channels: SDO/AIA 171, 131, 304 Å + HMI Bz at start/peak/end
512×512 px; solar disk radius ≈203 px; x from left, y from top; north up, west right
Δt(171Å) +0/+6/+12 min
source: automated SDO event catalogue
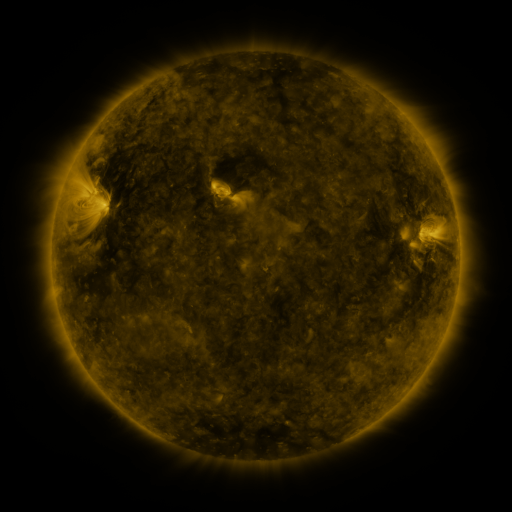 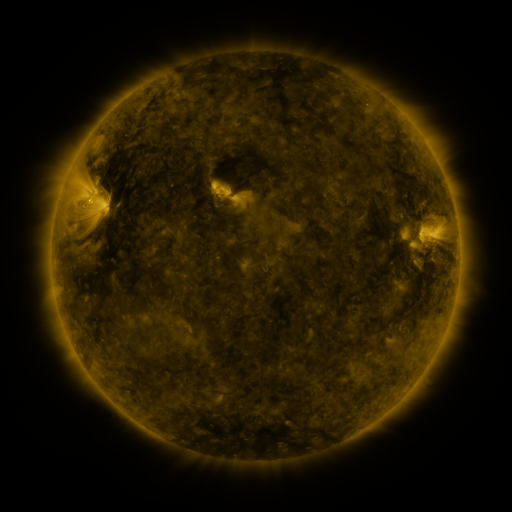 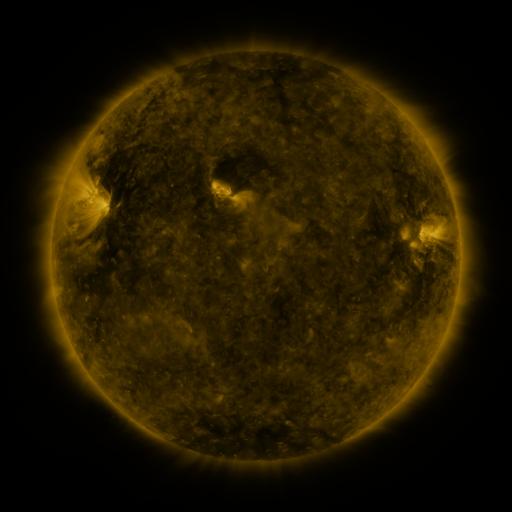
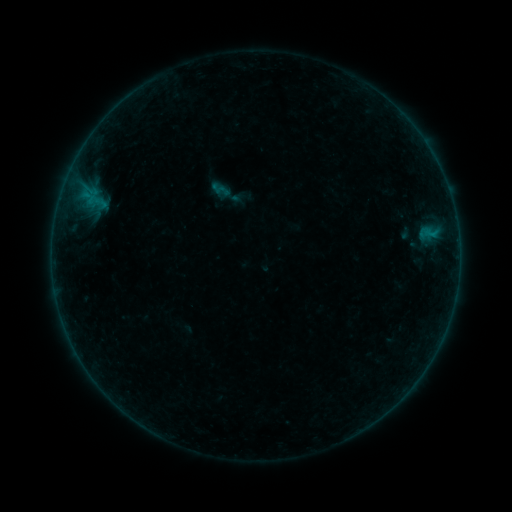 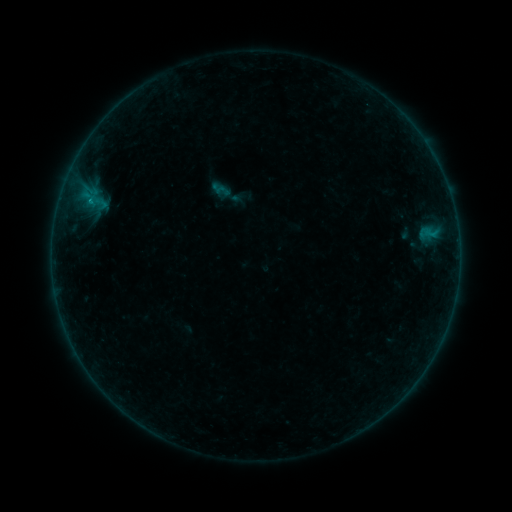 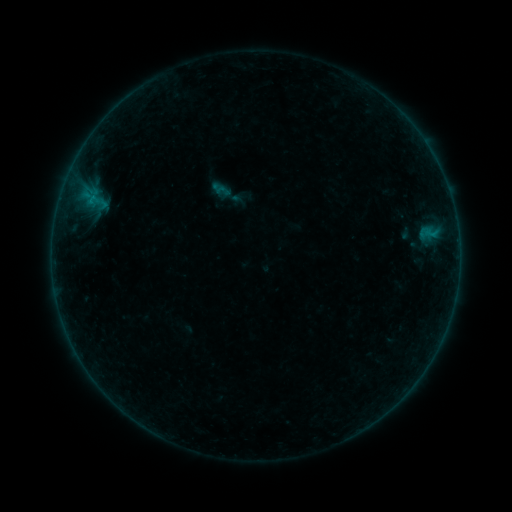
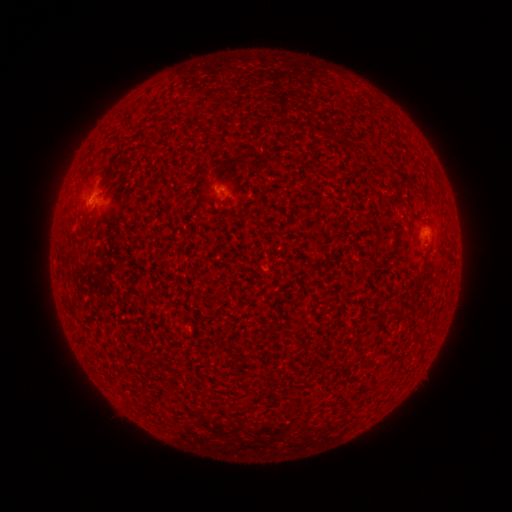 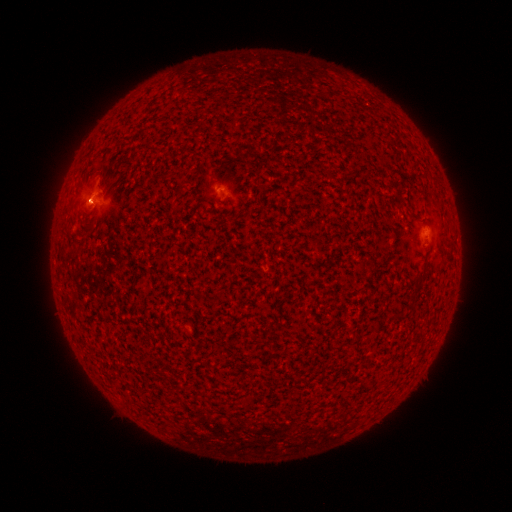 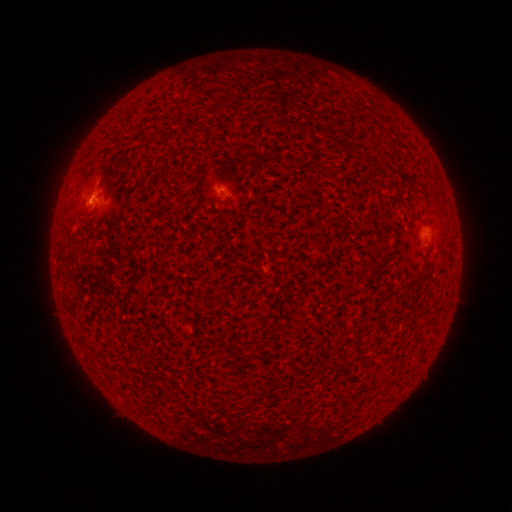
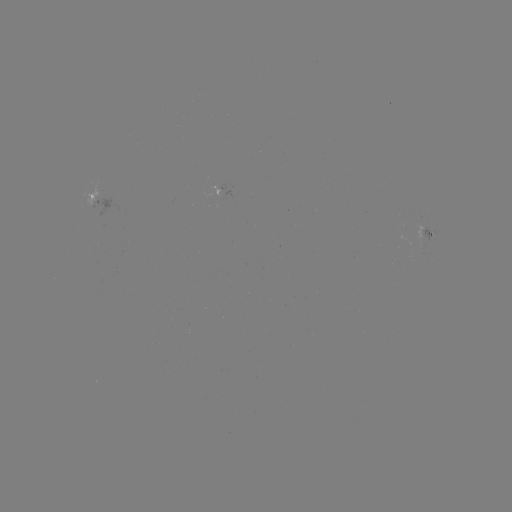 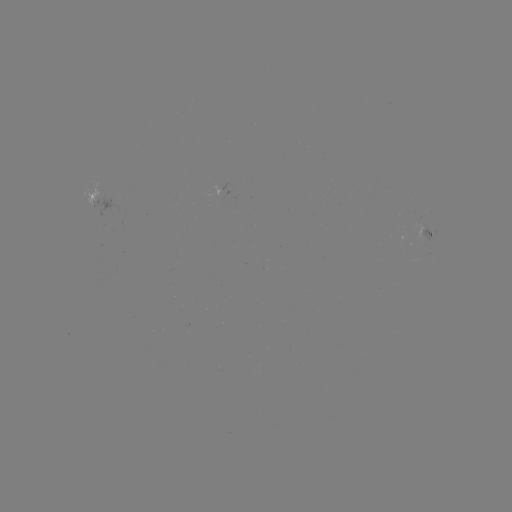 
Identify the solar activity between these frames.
B1.1 flare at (92, 204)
